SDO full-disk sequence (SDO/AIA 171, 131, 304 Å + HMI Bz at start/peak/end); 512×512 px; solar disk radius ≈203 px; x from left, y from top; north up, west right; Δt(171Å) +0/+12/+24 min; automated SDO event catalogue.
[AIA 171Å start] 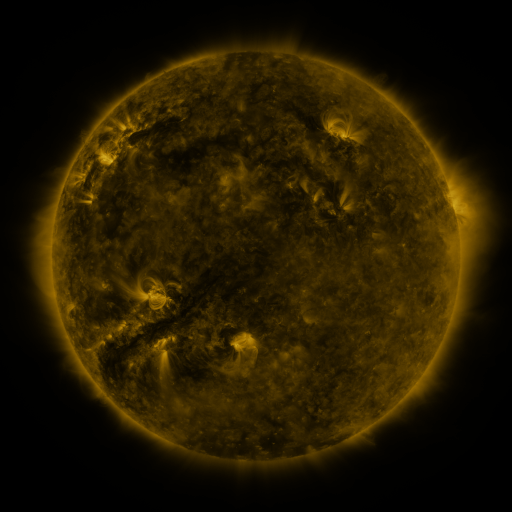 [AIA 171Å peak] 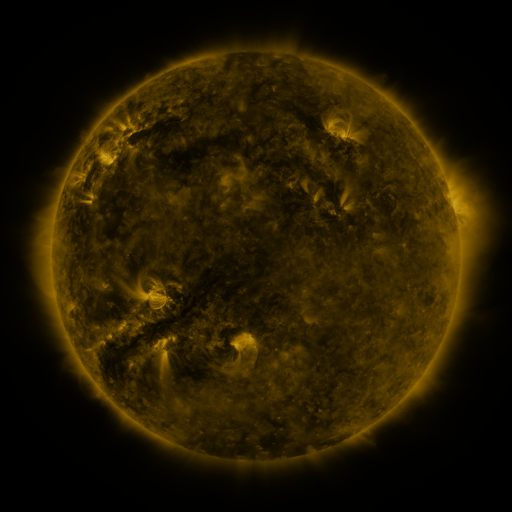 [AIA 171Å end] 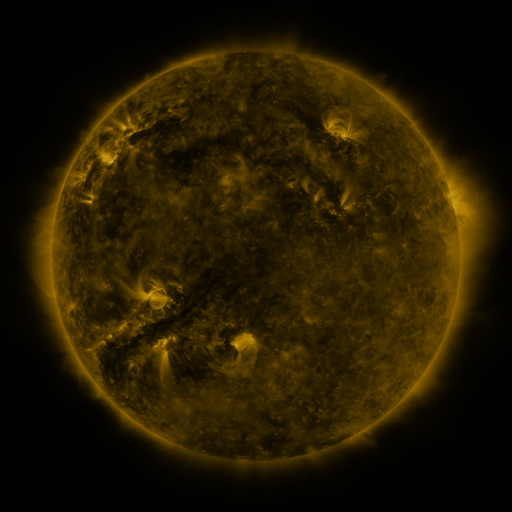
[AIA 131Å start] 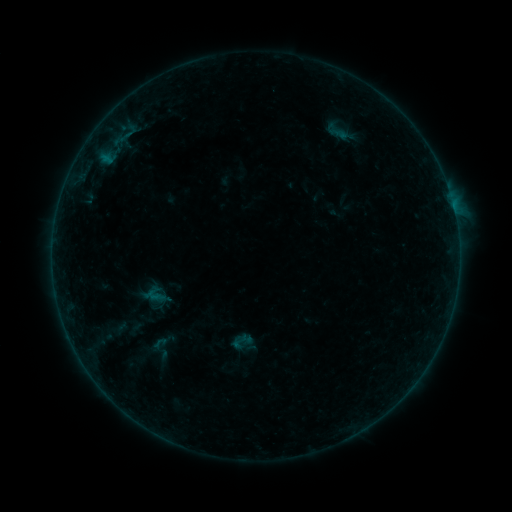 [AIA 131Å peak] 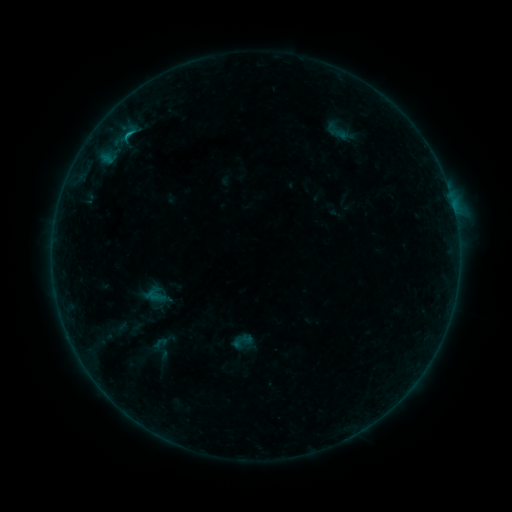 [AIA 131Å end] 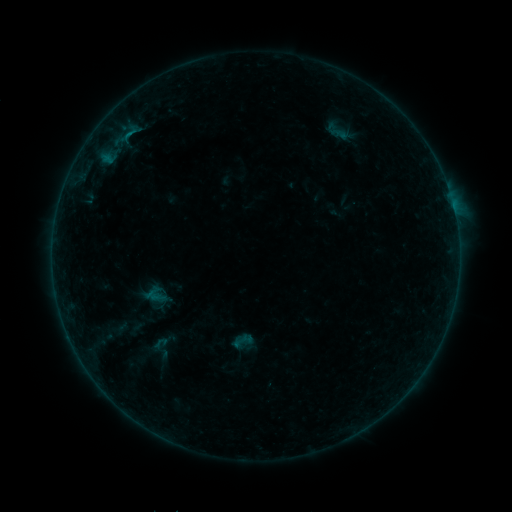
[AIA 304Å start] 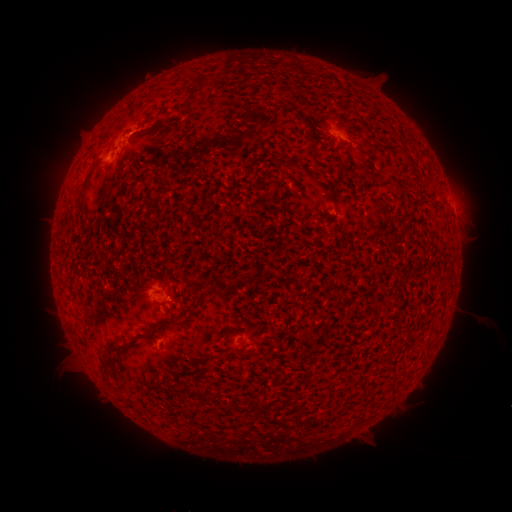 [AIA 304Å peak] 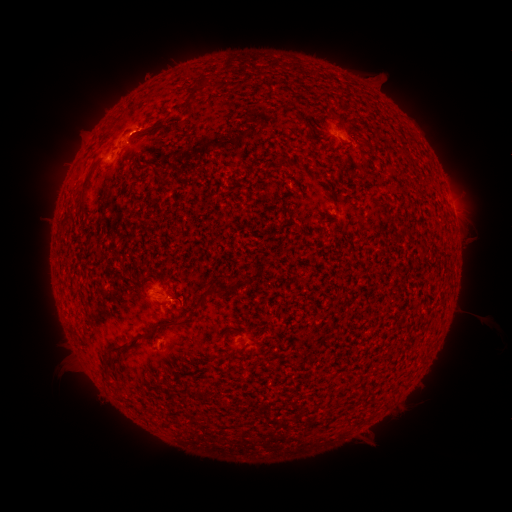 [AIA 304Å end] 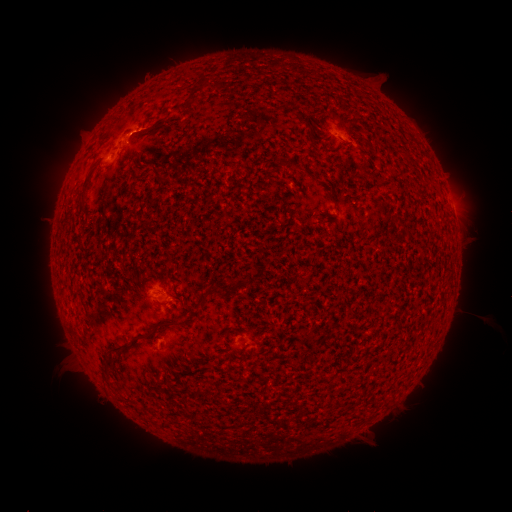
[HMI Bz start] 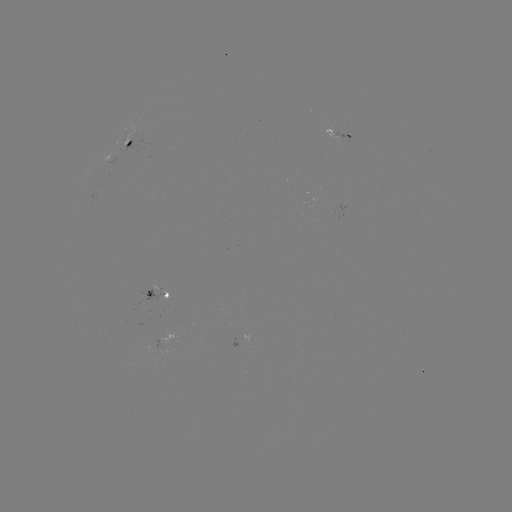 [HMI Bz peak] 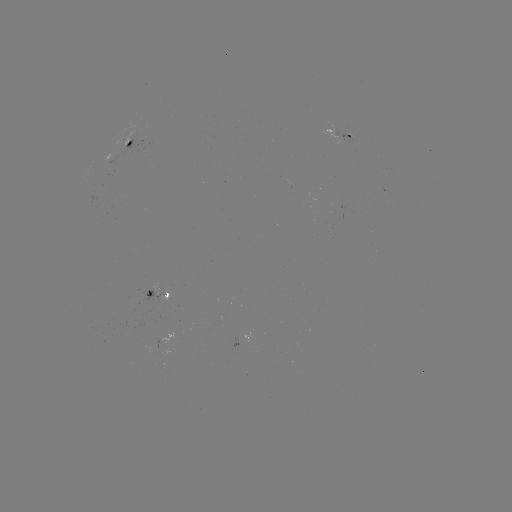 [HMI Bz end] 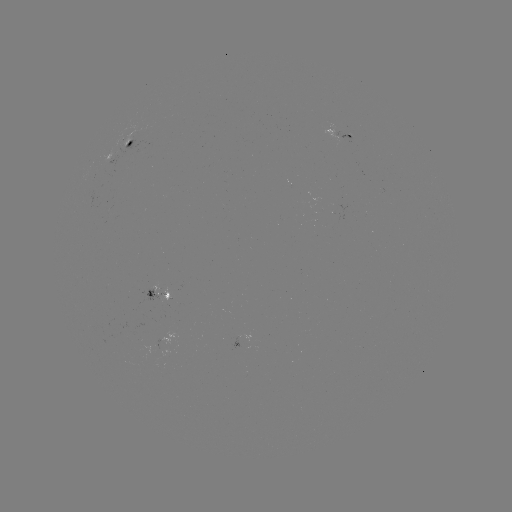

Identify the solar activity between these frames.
B4.6 flare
